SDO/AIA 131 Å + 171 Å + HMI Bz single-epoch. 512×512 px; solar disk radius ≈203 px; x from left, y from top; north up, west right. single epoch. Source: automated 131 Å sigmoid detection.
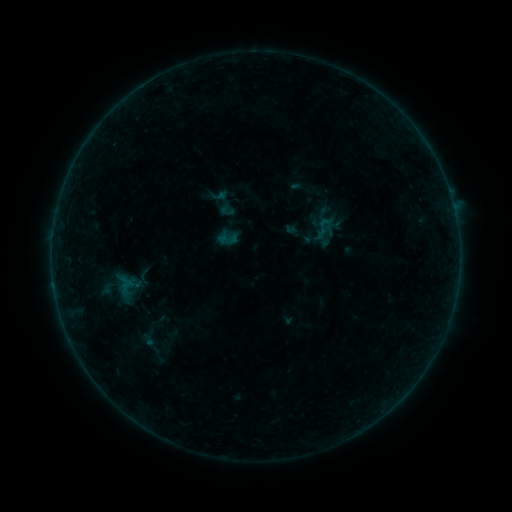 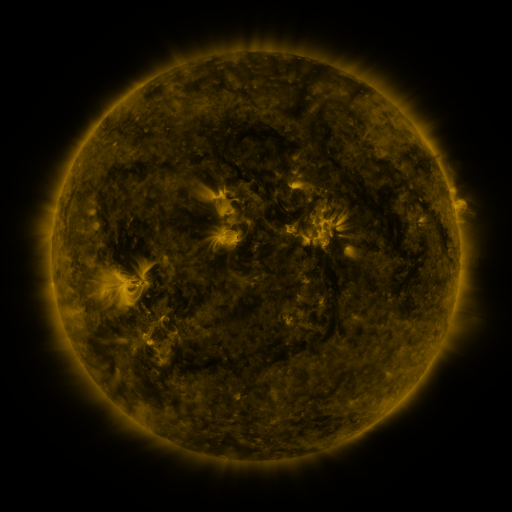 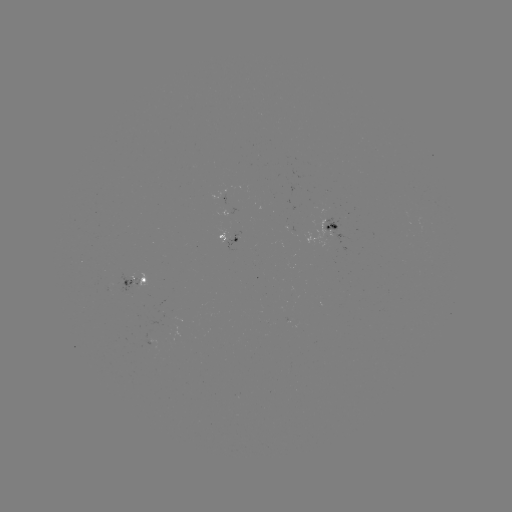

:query sigmoid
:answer (324, 228)